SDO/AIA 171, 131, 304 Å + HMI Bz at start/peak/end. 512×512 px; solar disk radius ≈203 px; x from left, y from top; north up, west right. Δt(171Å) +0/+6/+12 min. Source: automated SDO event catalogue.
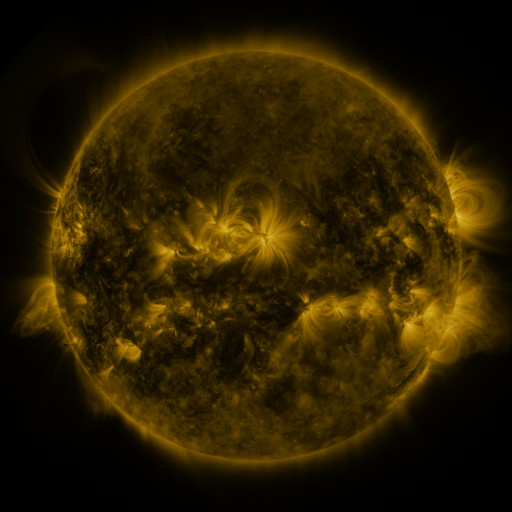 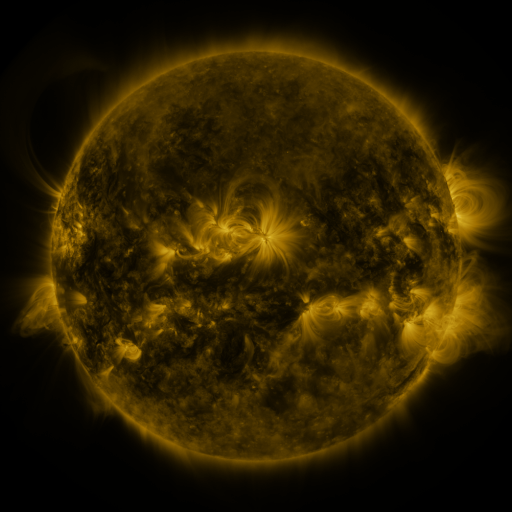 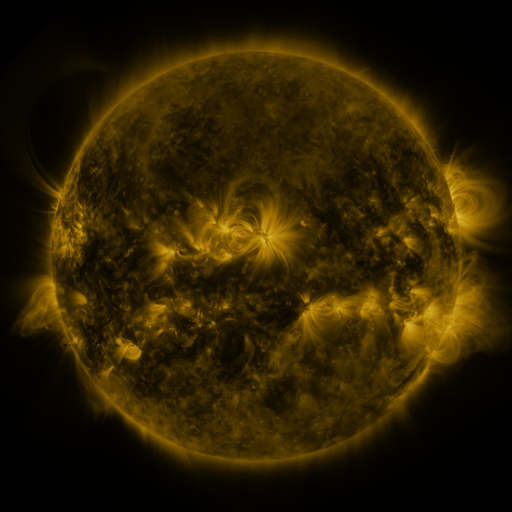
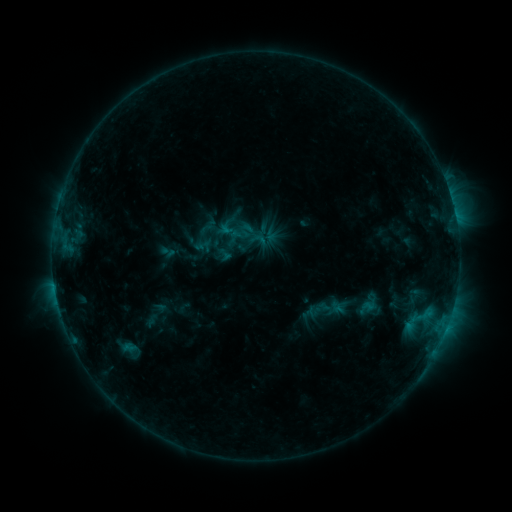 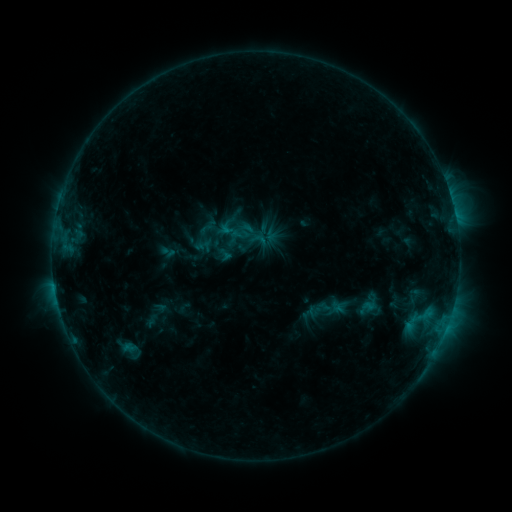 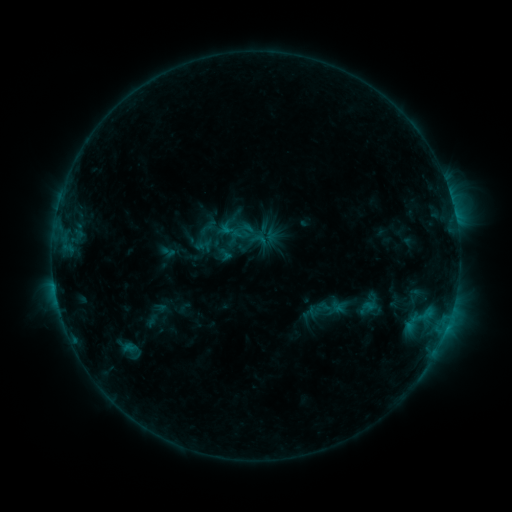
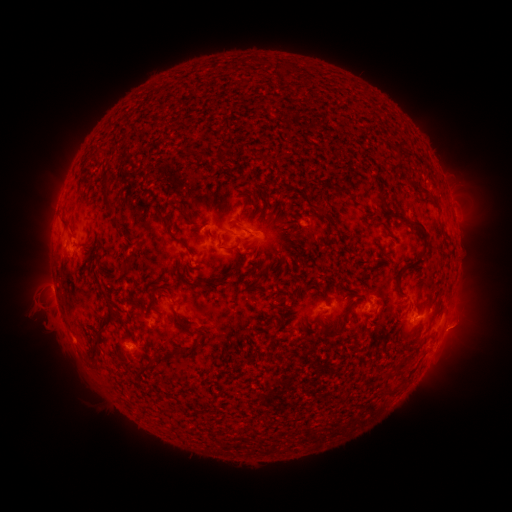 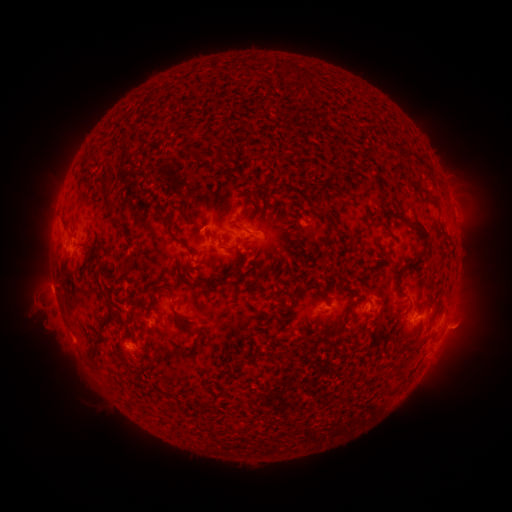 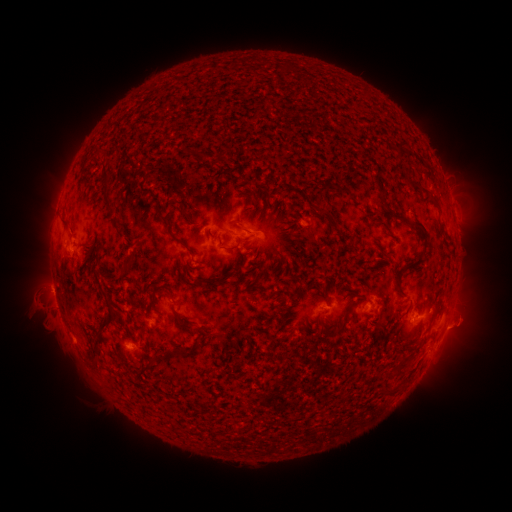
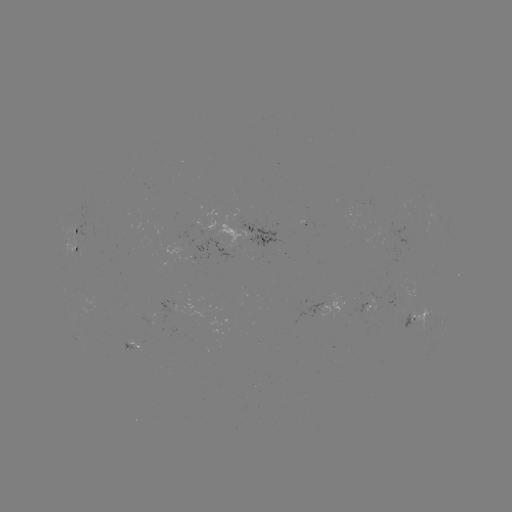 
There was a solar eruption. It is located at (462, 329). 